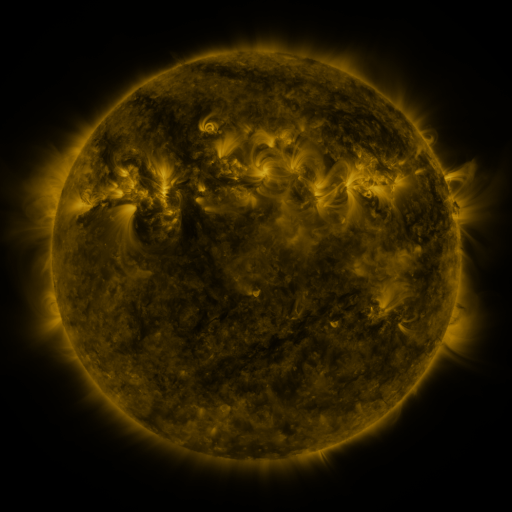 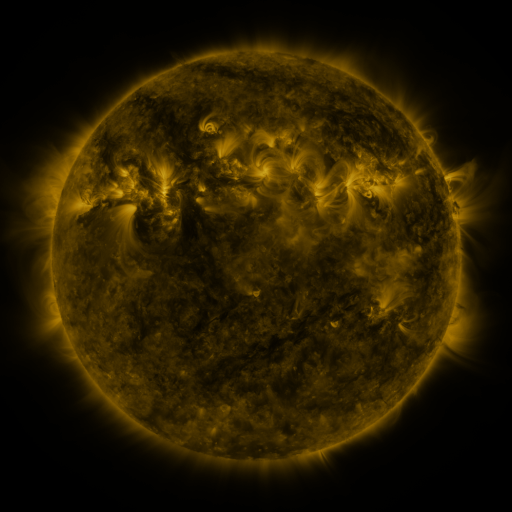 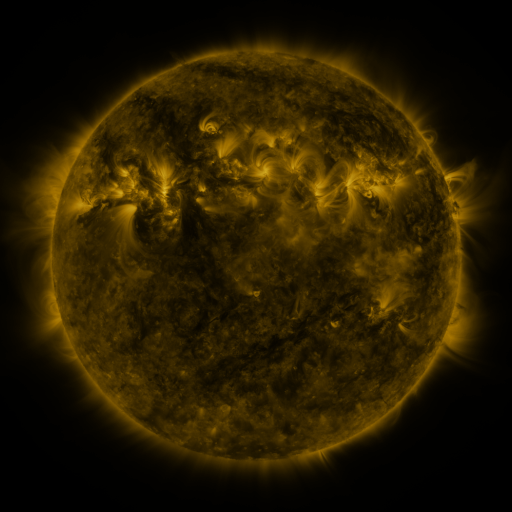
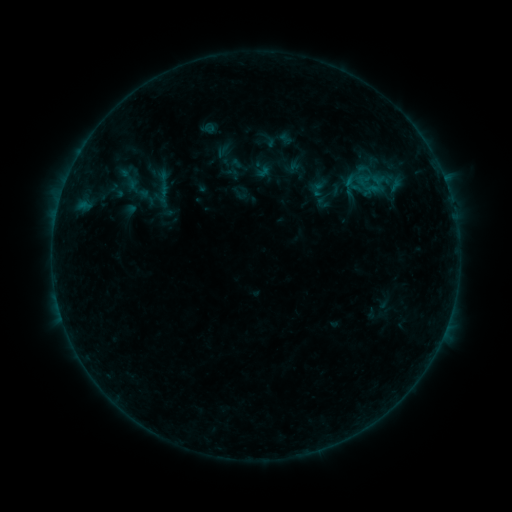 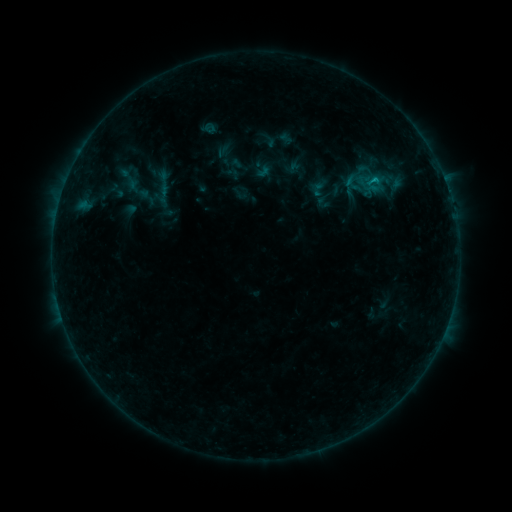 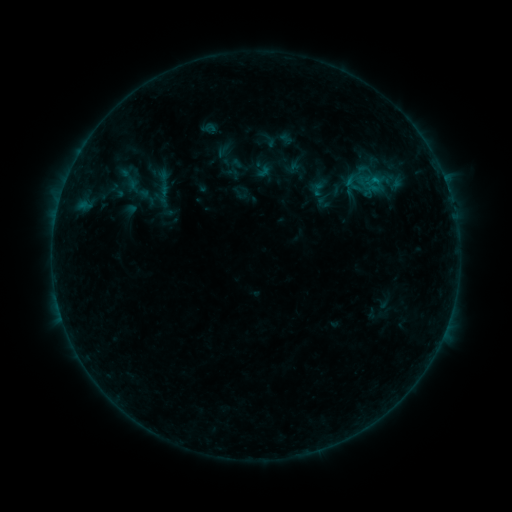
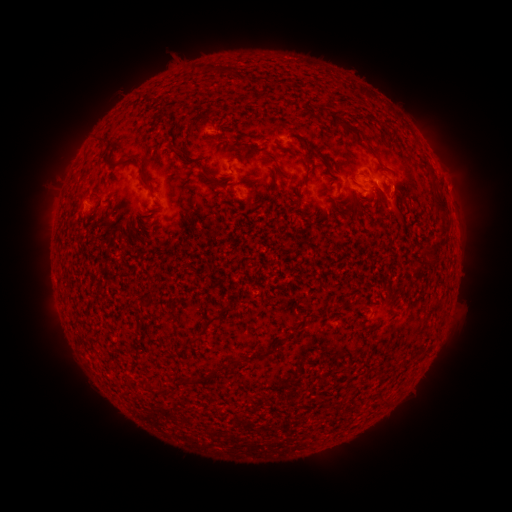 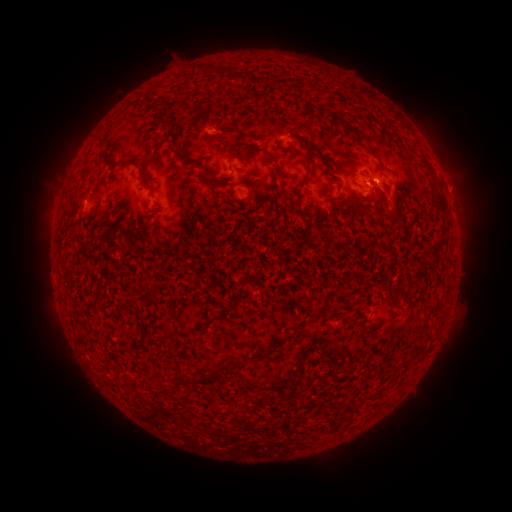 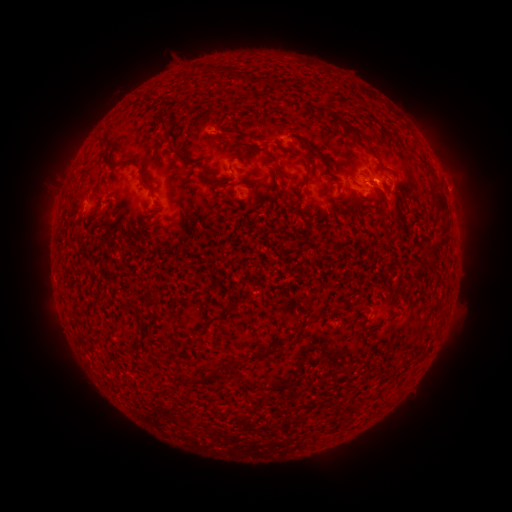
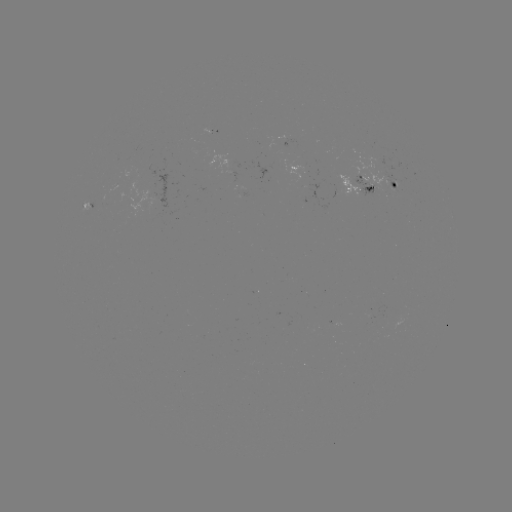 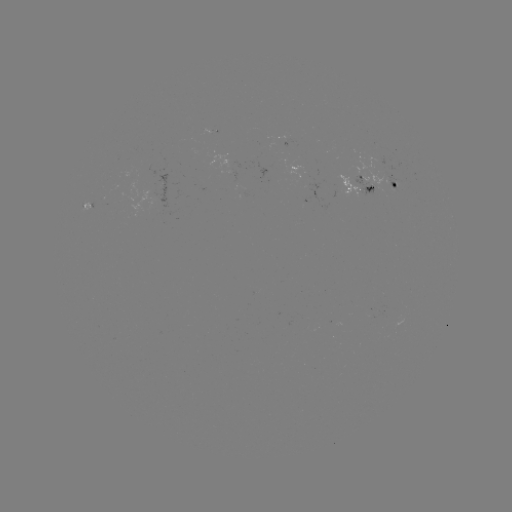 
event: flare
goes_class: B4.4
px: (374, 180)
